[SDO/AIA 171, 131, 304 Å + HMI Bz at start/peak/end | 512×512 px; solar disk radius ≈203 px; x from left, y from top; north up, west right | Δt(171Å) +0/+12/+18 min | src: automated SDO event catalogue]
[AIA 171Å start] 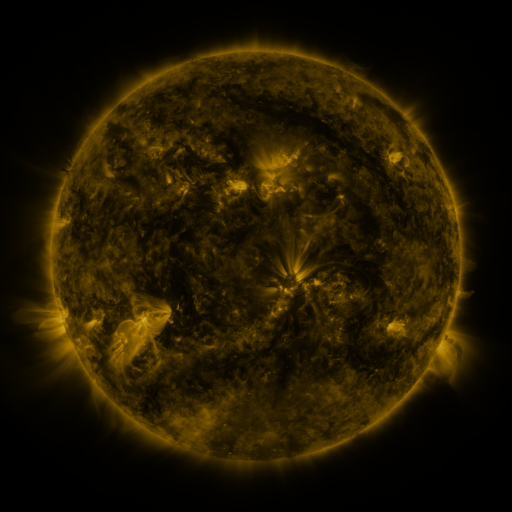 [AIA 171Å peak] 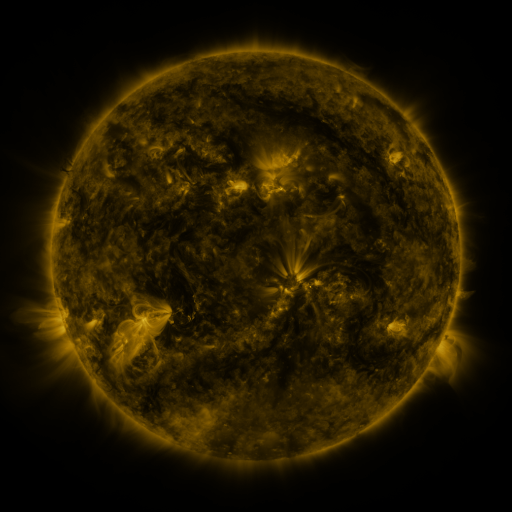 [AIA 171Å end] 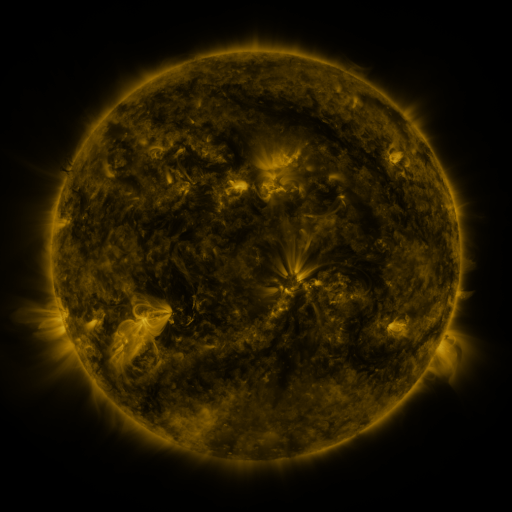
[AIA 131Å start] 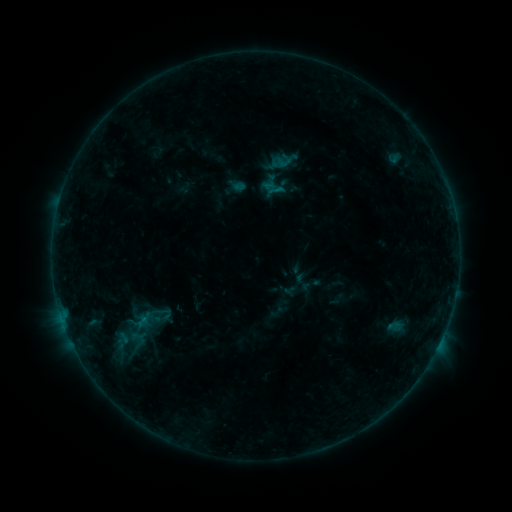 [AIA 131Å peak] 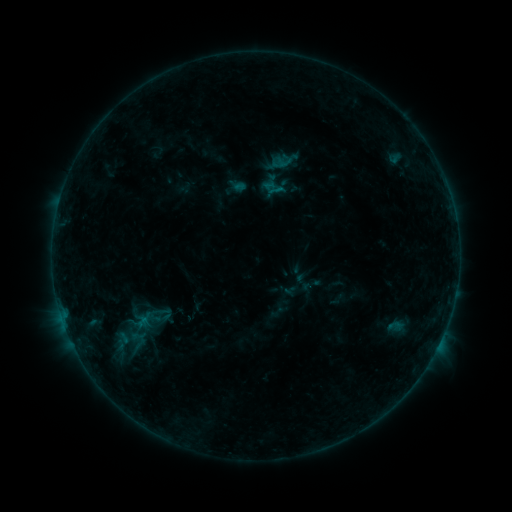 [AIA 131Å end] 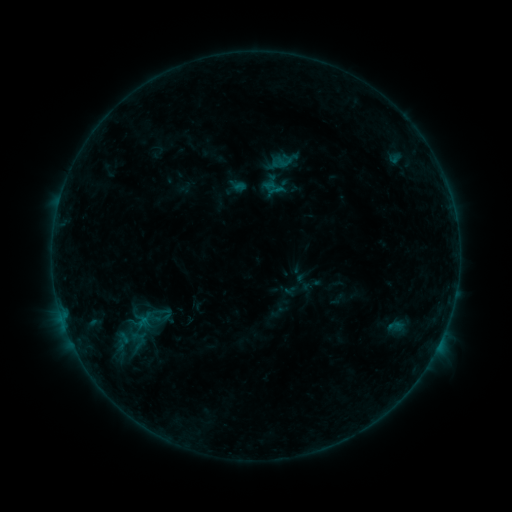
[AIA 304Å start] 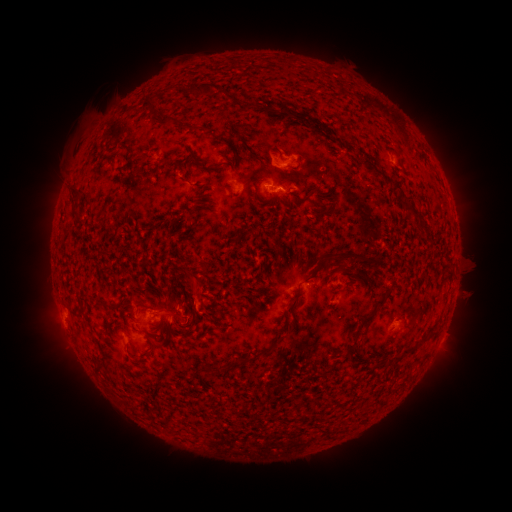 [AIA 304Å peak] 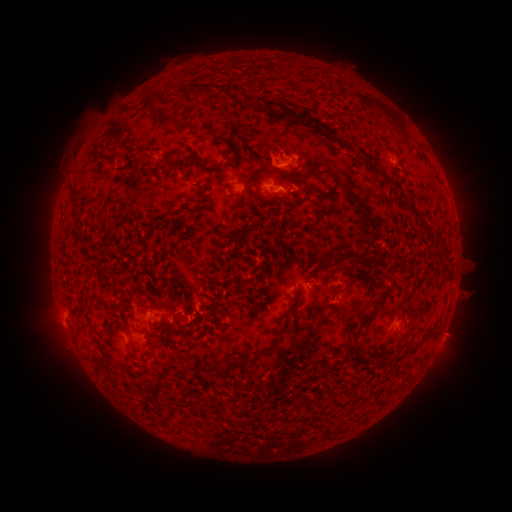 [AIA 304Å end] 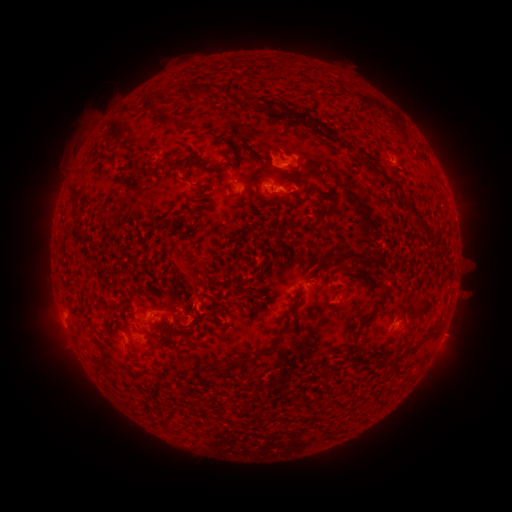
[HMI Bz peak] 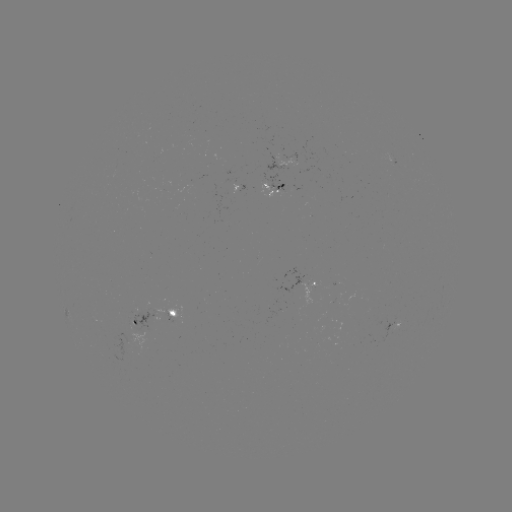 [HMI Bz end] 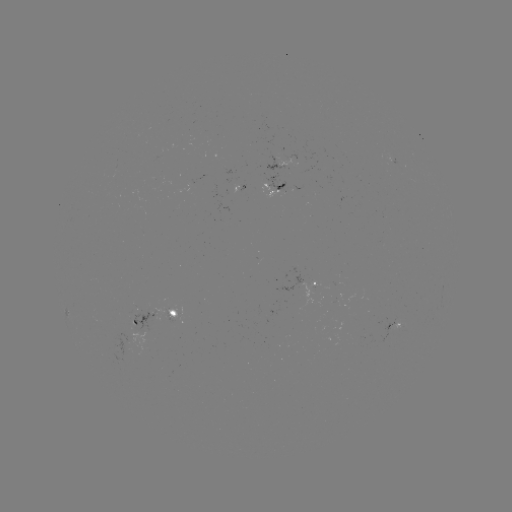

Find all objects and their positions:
eruption: (189, 282)
